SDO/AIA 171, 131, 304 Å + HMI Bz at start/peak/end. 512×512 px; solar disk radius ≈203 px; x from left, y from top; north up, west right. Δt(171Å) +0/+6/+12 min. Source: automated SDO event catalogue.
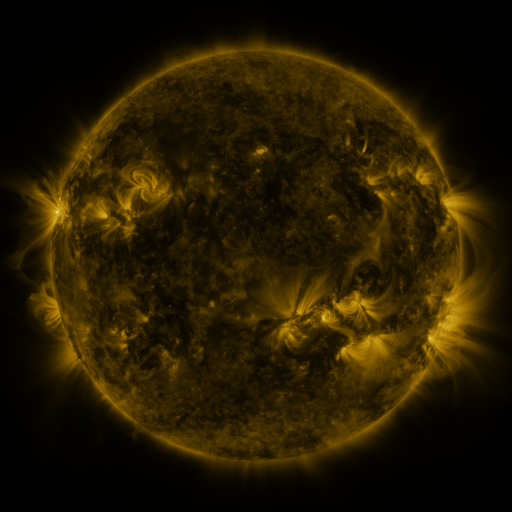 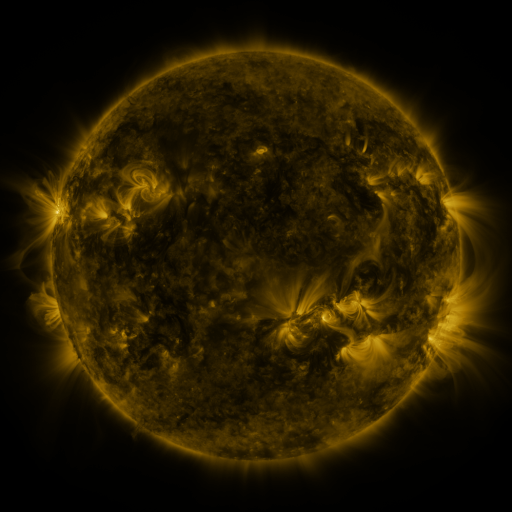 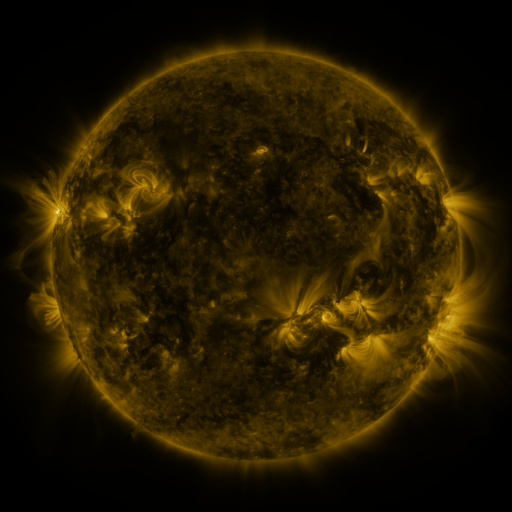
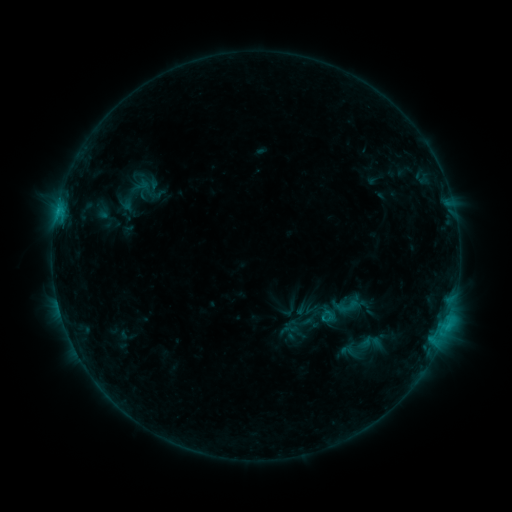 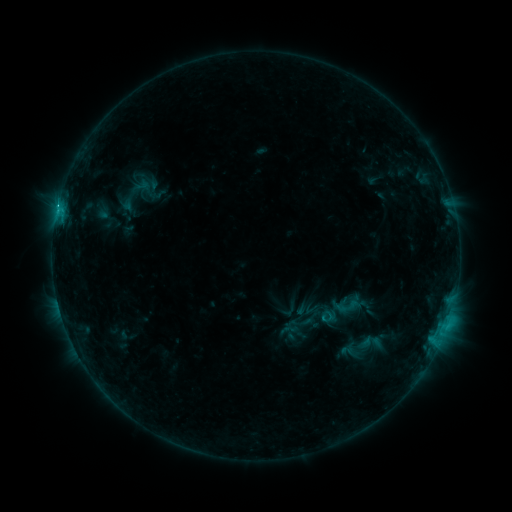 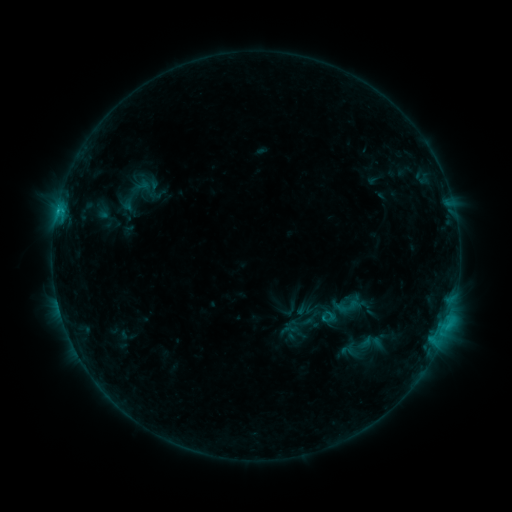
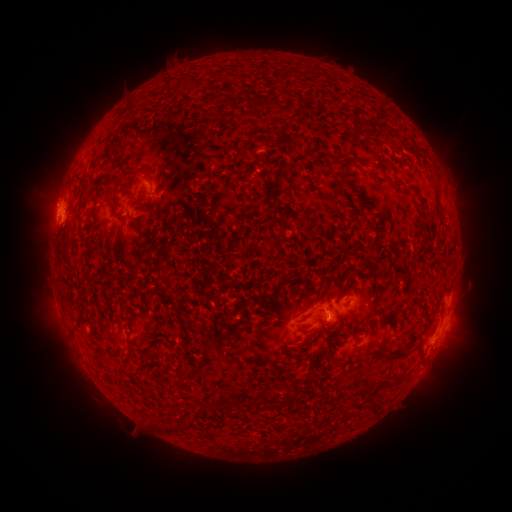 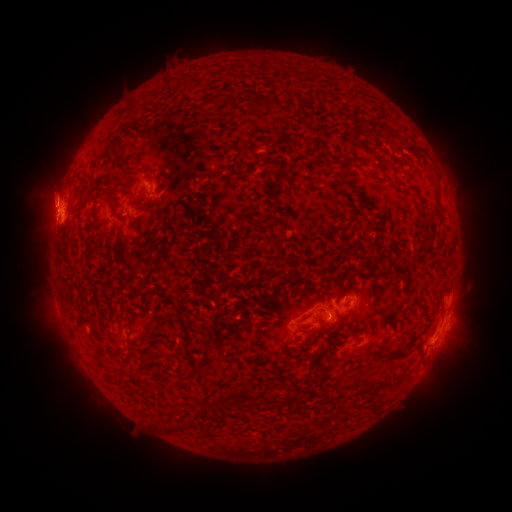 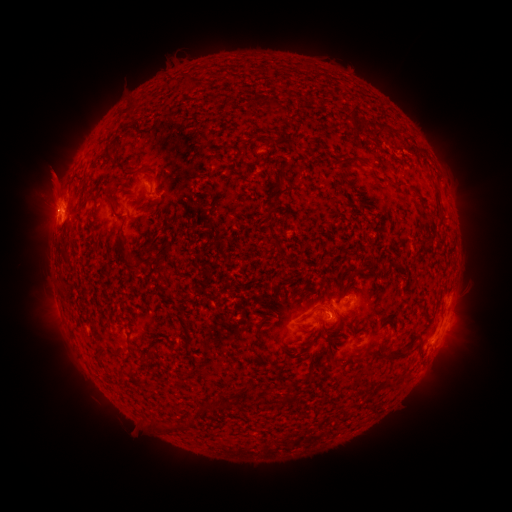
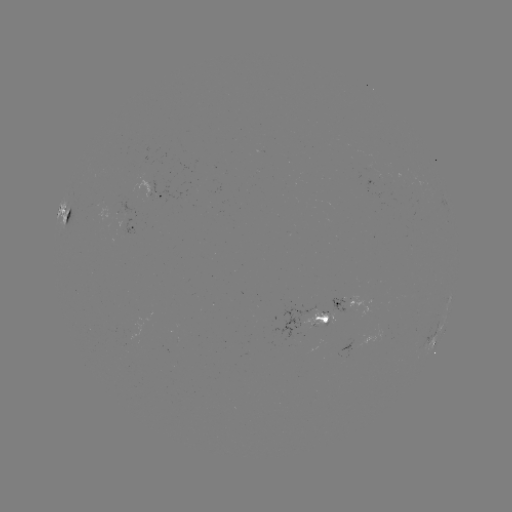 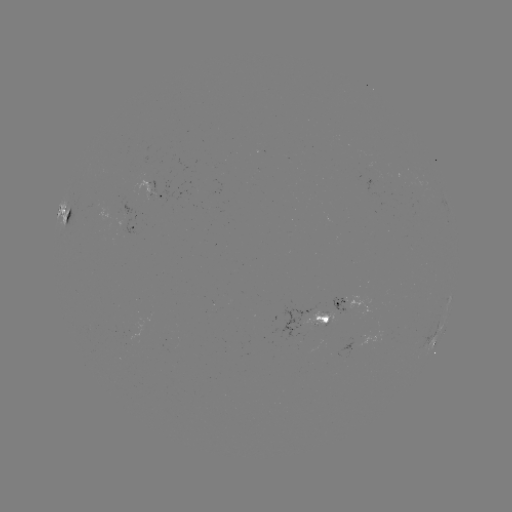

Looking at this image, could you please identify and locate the C1.3 flare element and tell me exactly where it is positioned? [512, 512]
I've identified C1.3 flare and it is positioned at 58,206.